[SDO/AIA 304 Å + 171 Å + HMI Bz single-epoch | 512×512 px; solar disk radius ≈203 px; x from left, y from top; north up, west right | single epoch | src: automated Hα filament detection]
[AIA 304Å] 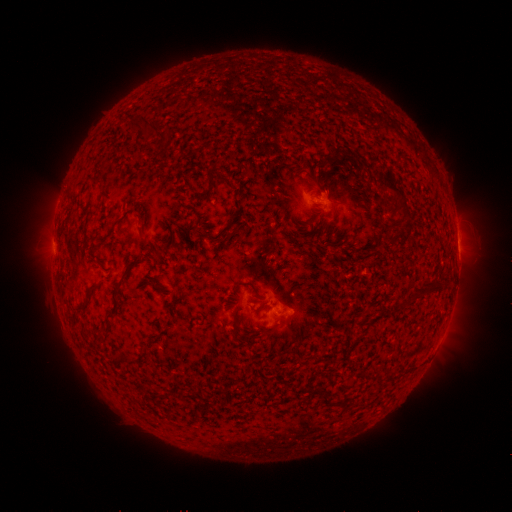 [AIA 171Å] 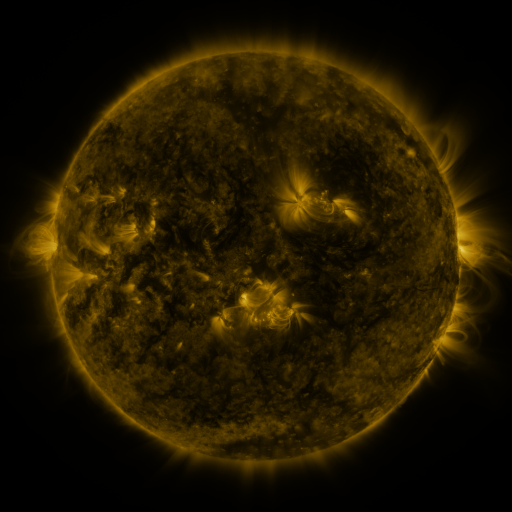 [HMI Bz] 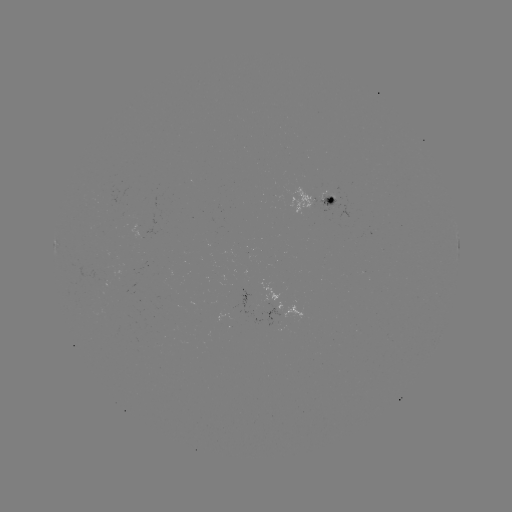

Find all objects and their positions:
filament: (135, 123)
filament: (151, 126)
filament: (167, 138)
filament: (348, 159)
filament: (334, 161)
filament: (213, 183)
filament: (324, 190)
filament: (401, 194)
filament: (232, 223)
filament: (145, 244)
filament: (129, 267)
filament: (246, 284)
filament: (94, 286)
filament: (425, 289)
filament: (82, 306)
filament: (114, 310)
filament: (235, 324)
filament: (324, 395)
